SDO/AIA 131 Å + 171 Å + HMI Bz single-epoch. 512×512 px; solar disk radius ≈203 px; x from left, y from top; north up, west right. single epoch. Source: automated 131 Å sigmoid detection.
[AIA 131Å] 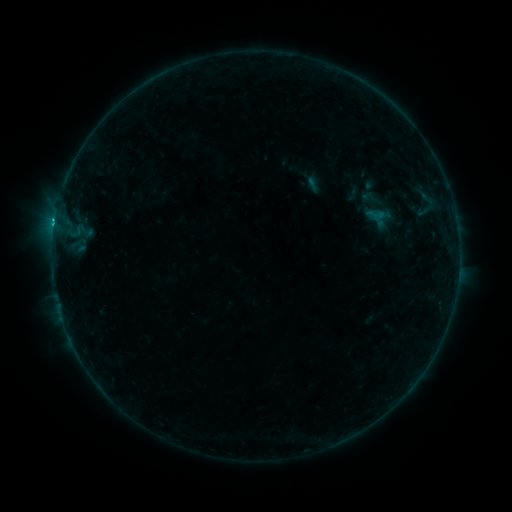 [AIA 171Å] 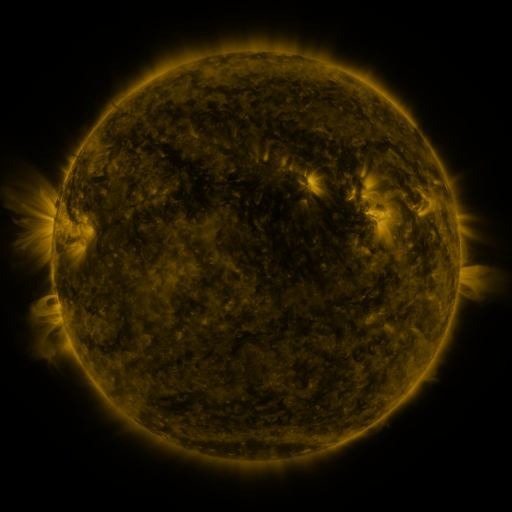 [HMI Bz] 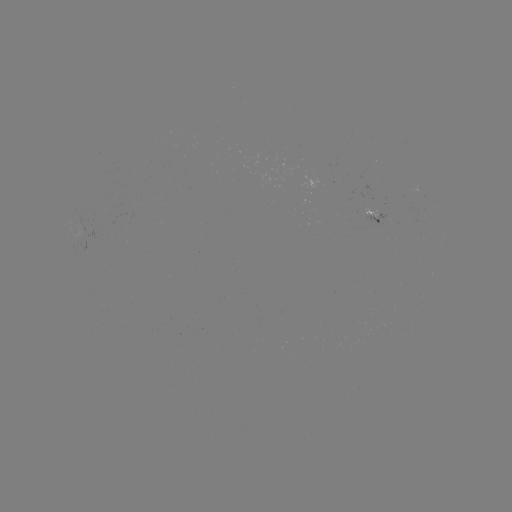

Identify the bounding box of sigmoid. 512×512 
[357, 186, 385, 212].